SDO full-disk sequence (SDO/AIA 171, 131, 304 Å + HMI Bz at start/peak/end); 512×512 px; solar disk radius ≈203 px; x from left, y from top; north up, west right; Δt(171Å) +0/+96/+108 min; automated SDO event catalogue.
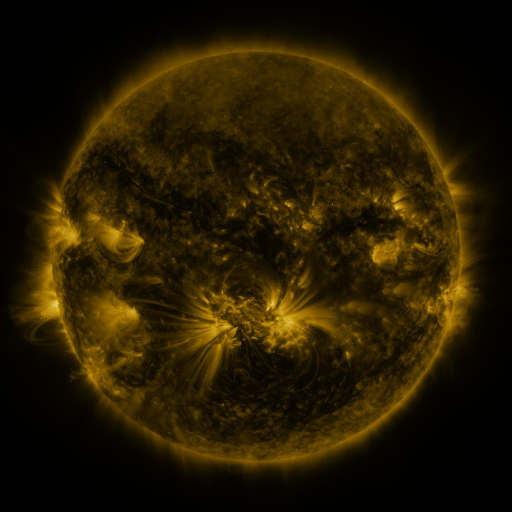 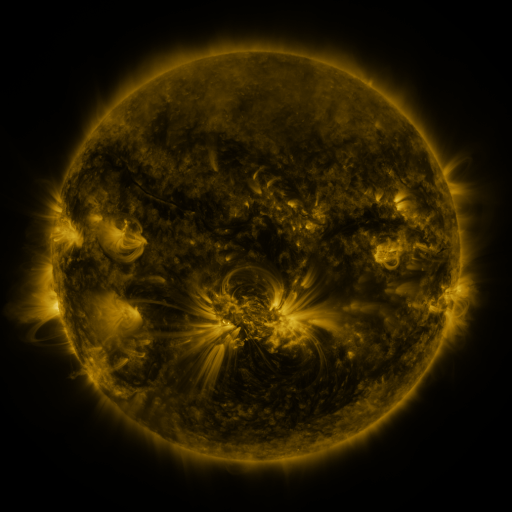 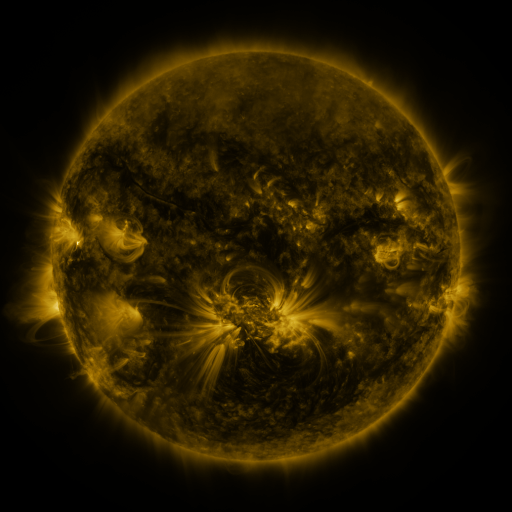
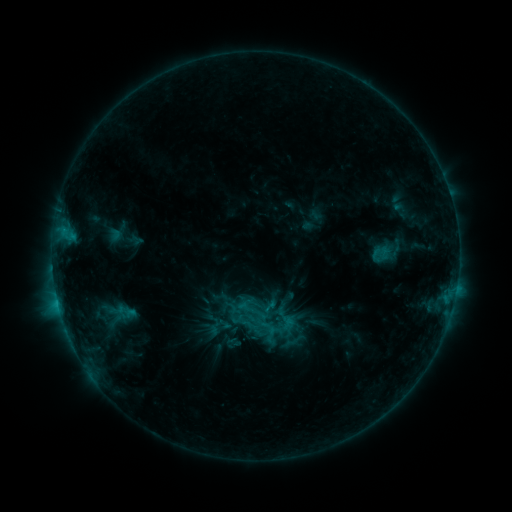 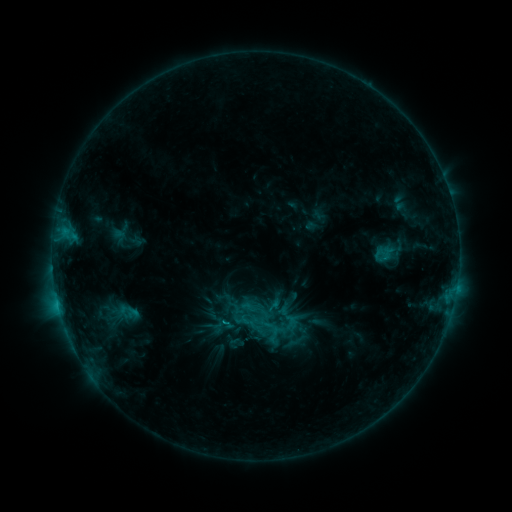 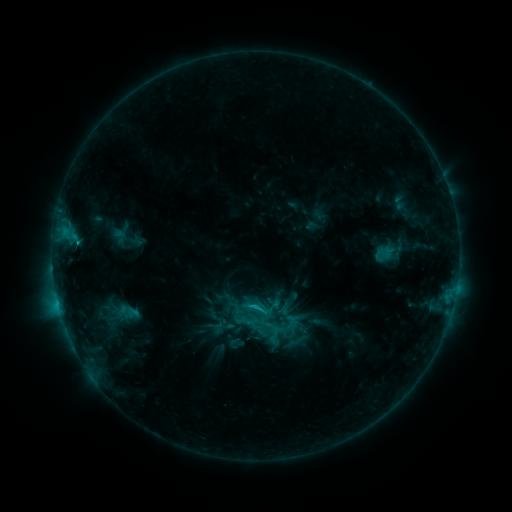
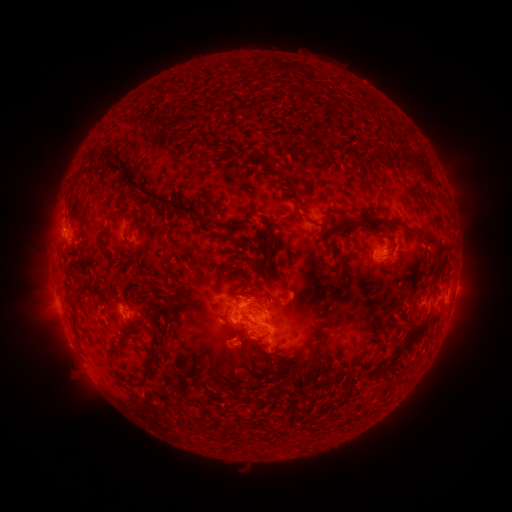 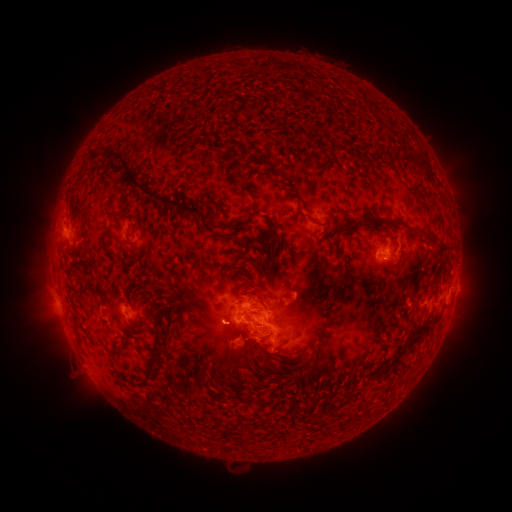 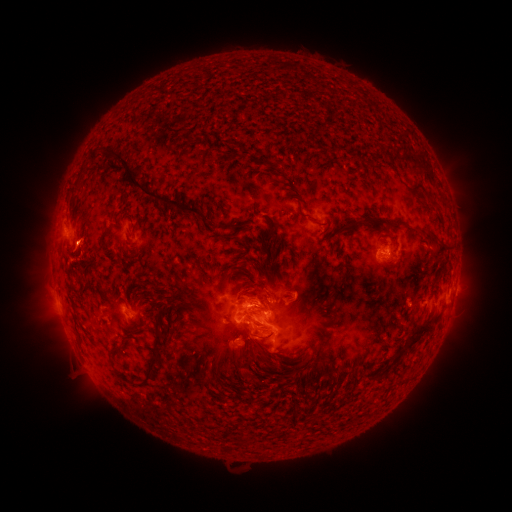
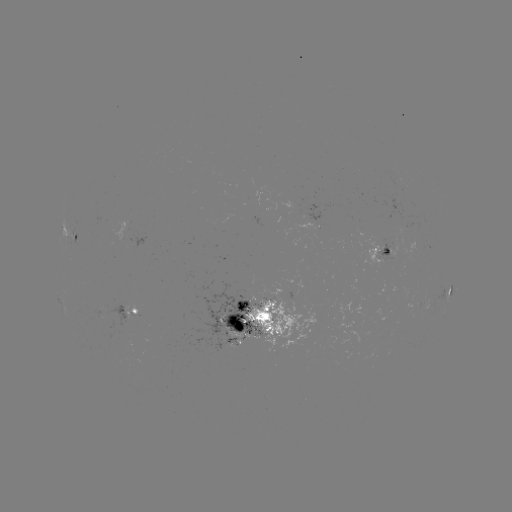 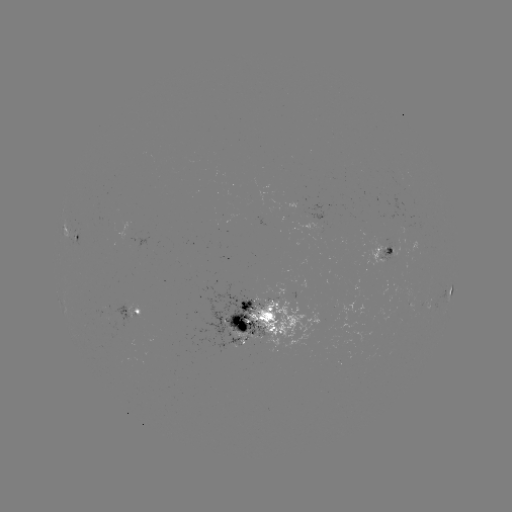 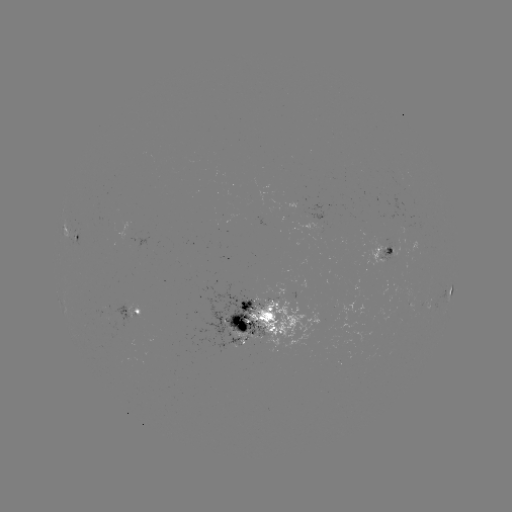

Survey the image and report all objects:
emerging-flux region: (245, 328)
